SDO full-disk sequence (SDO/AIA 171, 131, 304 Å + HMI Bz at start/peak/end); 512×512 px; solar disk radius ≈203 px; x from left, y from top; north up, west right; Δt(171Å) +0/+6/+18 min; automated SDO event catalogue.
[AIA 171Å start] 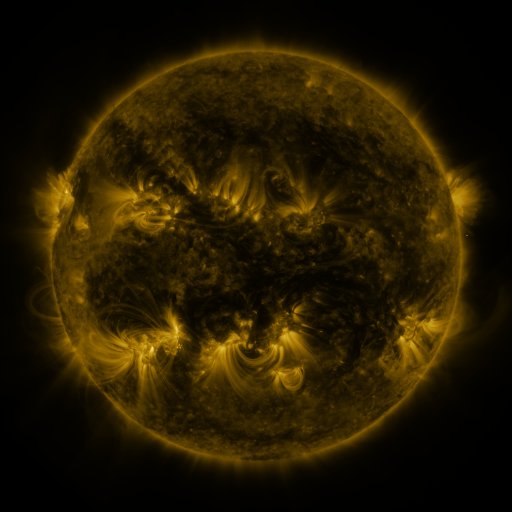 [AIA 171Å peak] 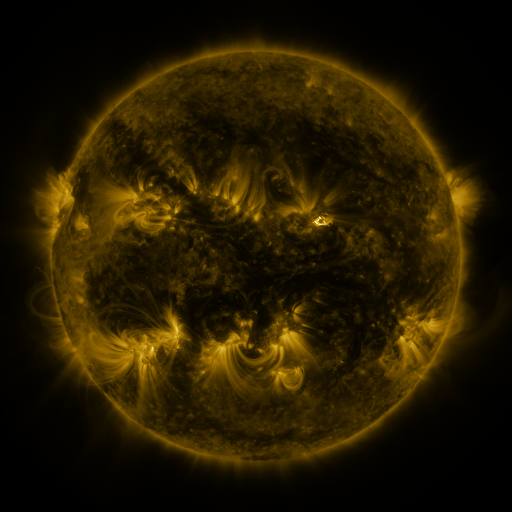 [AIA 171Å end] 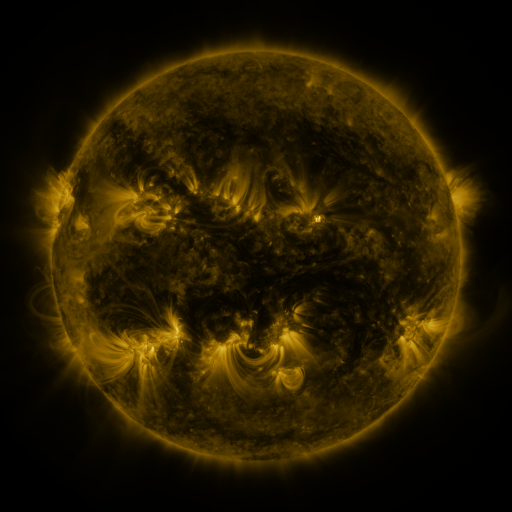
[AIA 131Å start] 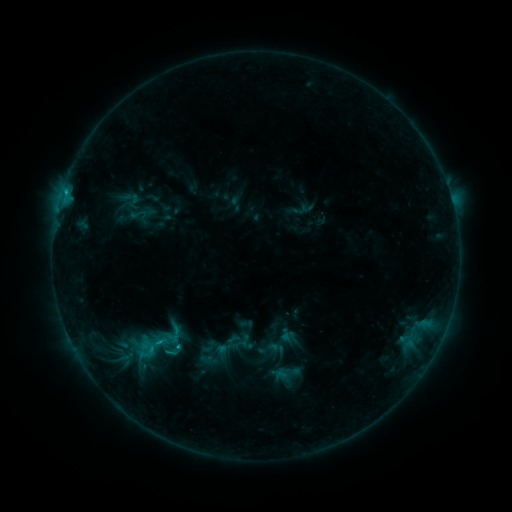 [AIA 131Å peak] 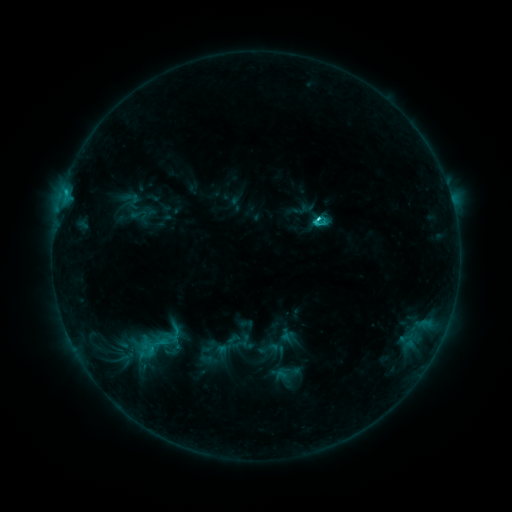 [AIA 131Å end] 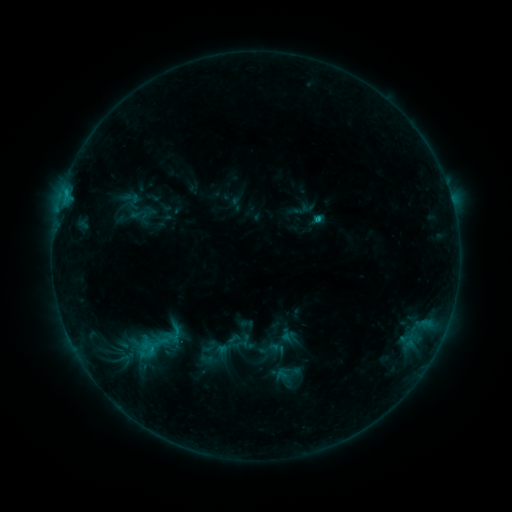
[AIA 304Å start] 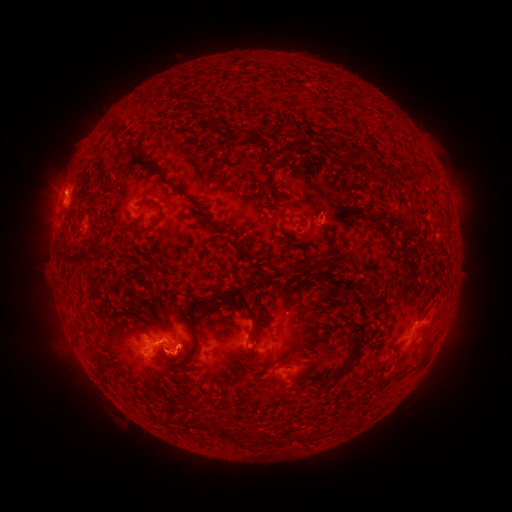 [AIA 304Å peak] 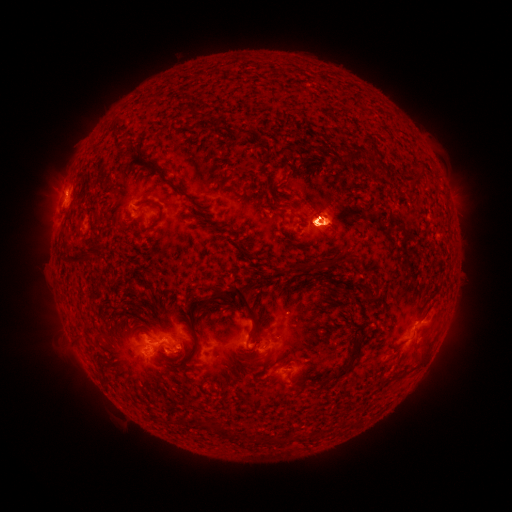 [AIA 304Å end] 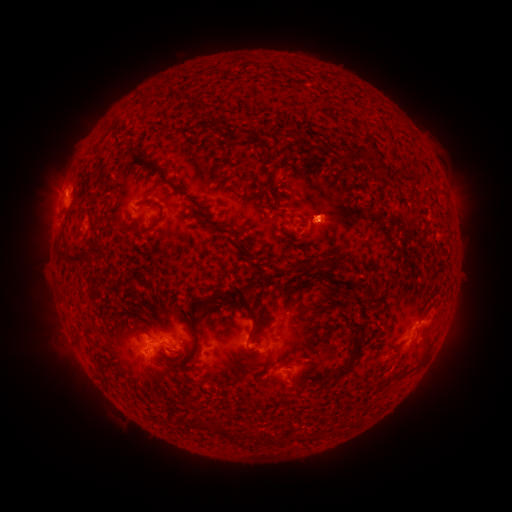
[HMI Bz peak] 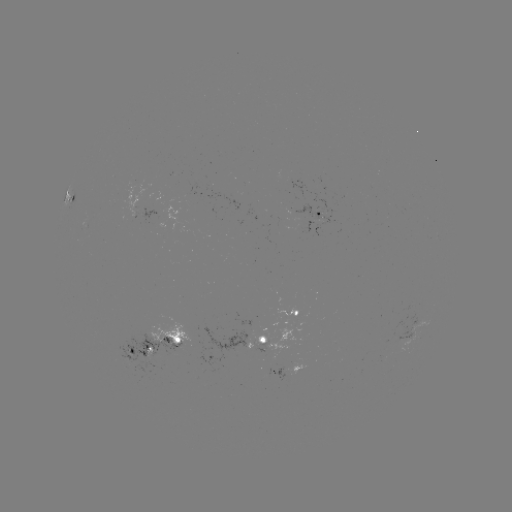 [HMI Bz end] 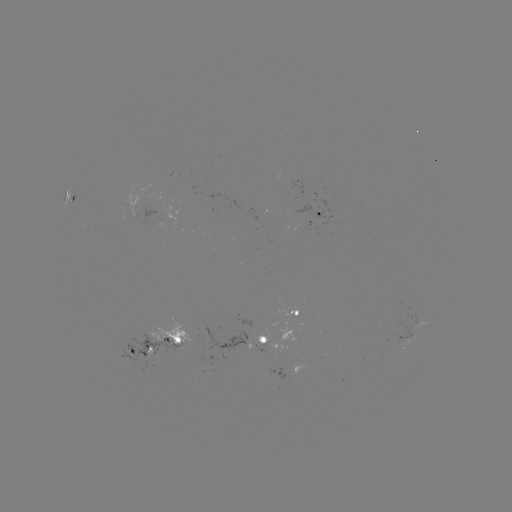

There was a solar eruption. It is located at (326, 220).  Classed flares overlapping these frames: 1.